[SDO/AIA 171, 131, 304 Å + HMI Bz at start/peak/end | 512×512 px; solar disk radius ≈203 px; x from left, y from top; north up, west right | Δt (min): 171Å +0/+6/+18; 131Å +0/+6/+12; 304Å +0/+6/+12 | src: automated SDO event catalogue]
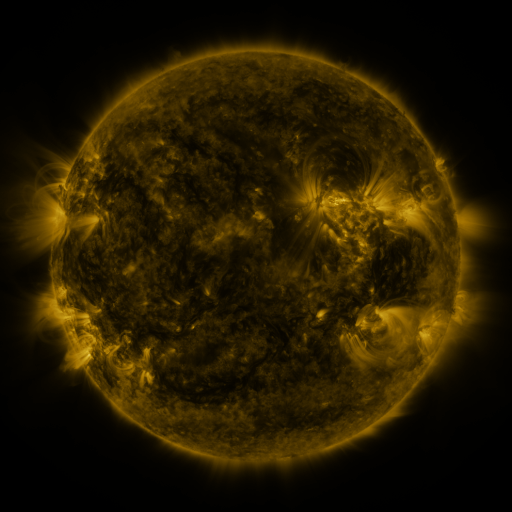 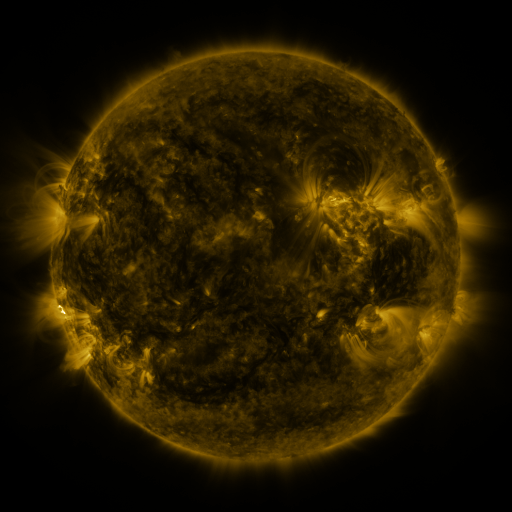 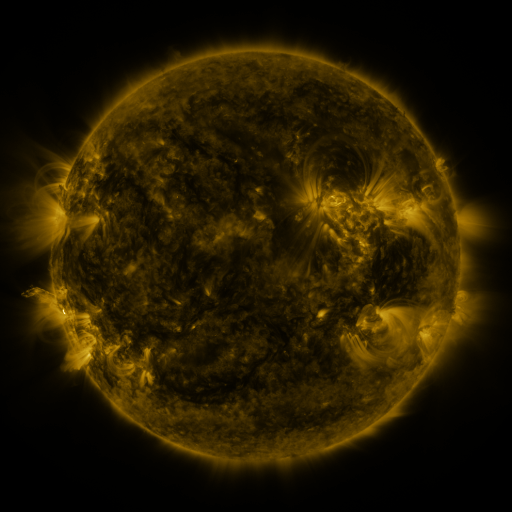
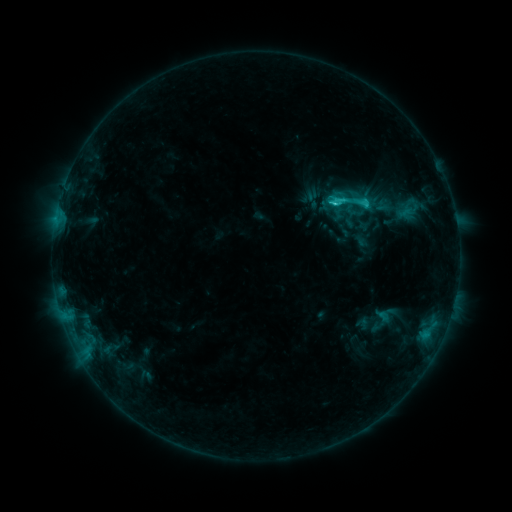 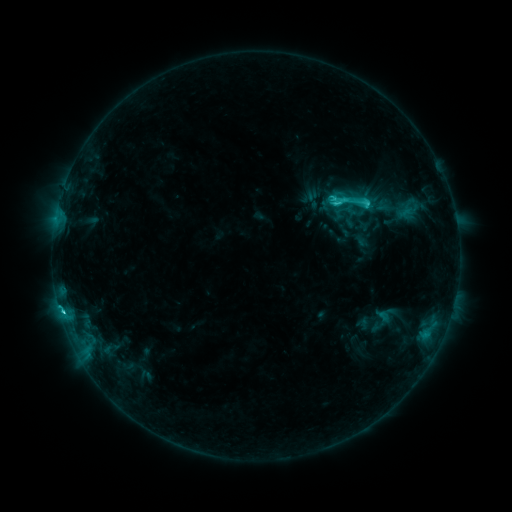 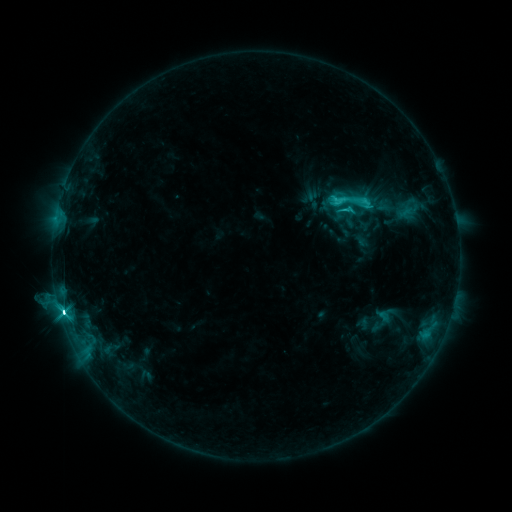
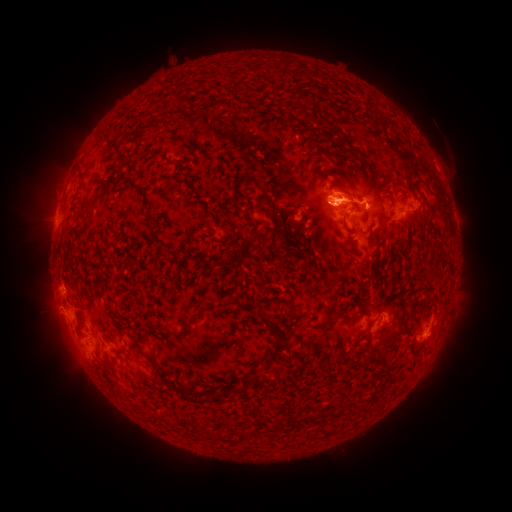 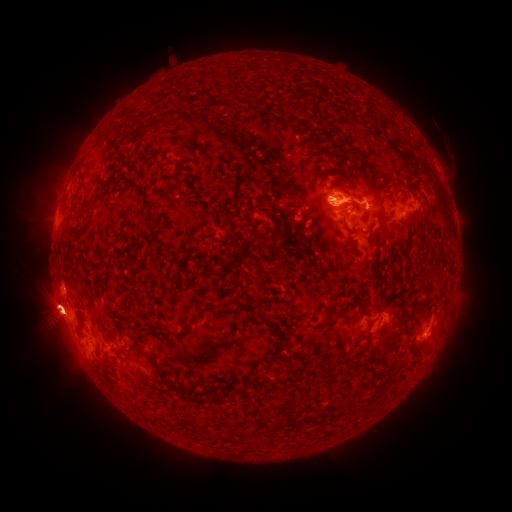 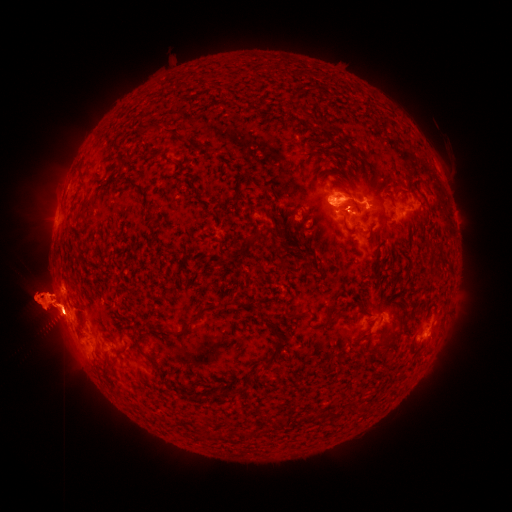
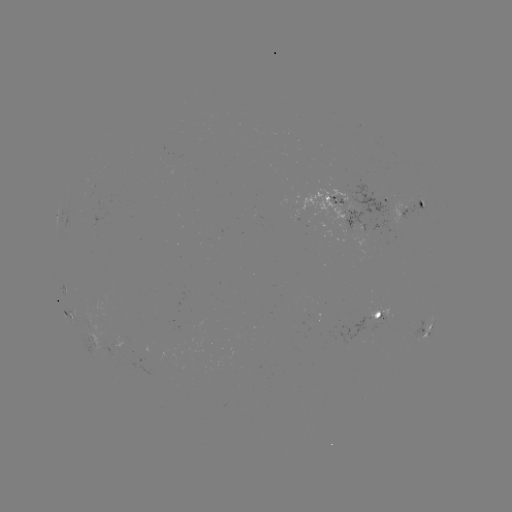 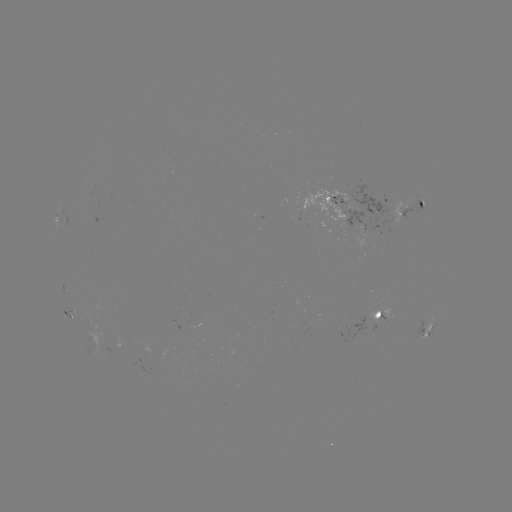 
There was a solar eruption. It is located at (59, 289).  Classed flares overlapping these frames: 1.